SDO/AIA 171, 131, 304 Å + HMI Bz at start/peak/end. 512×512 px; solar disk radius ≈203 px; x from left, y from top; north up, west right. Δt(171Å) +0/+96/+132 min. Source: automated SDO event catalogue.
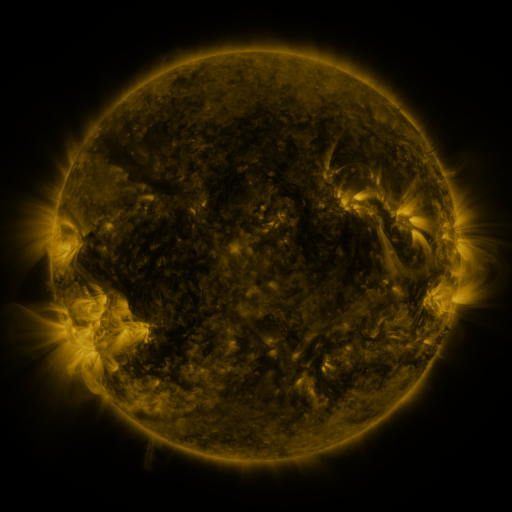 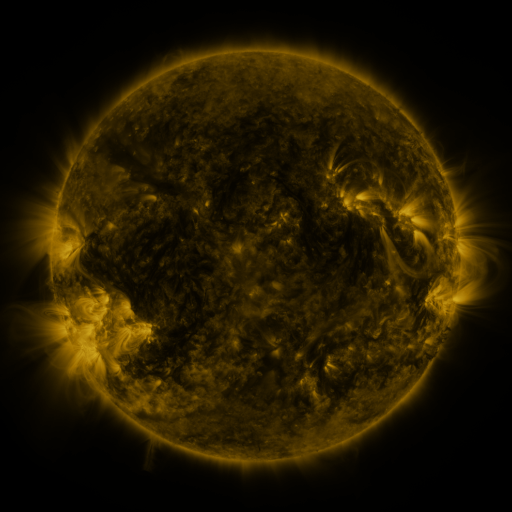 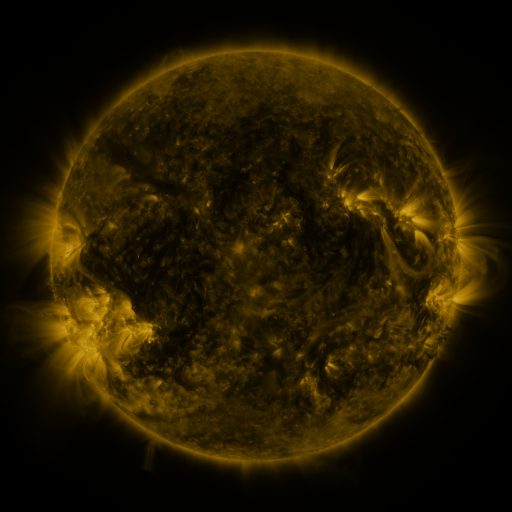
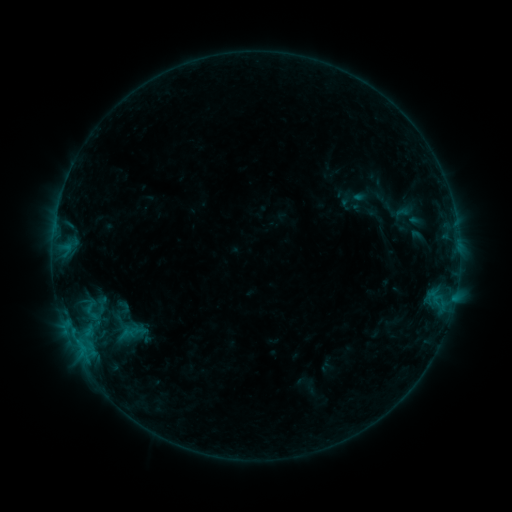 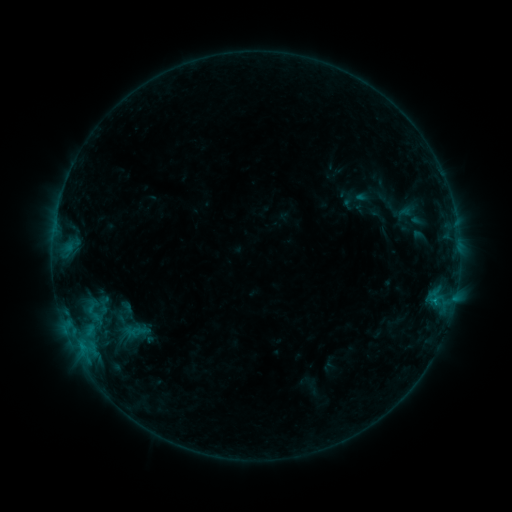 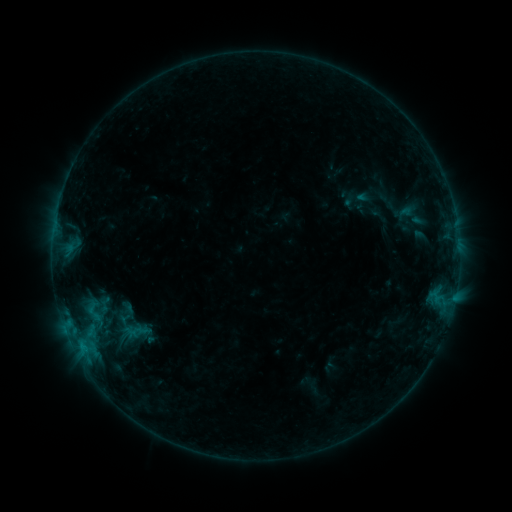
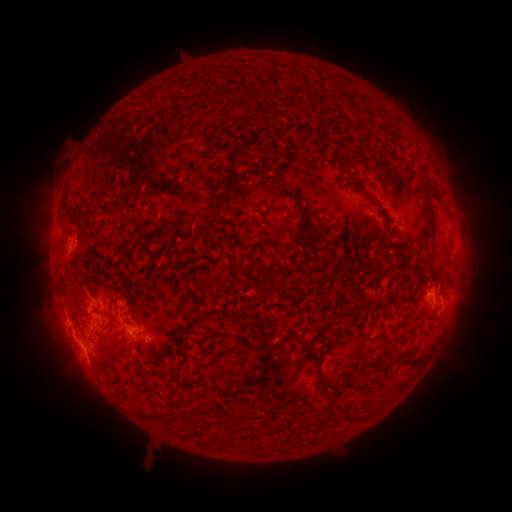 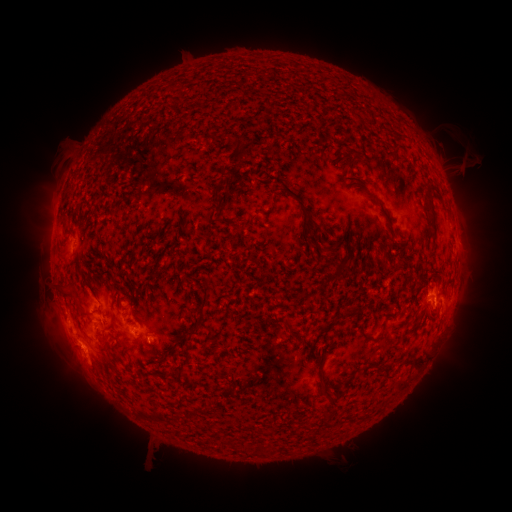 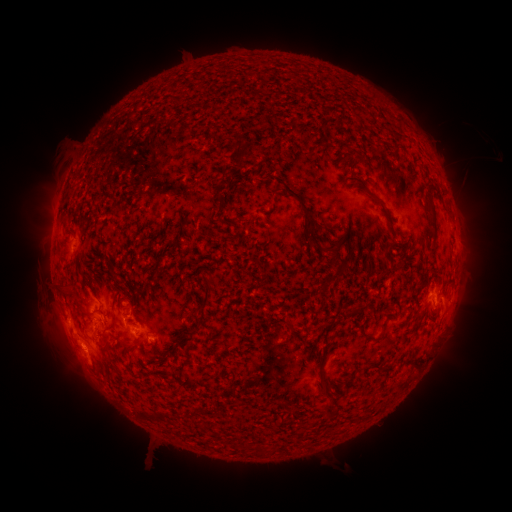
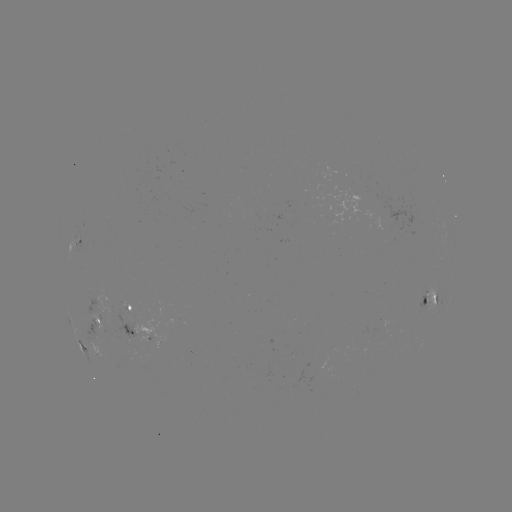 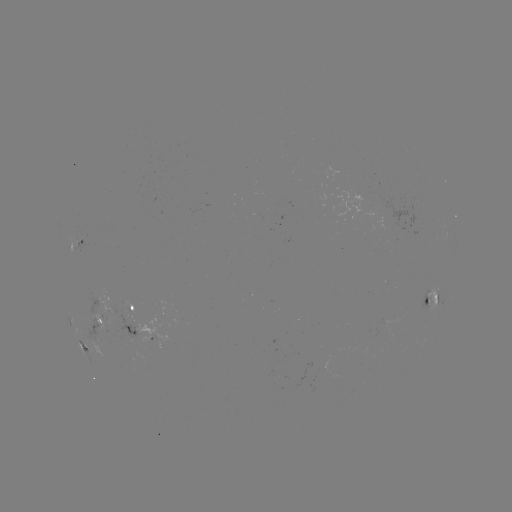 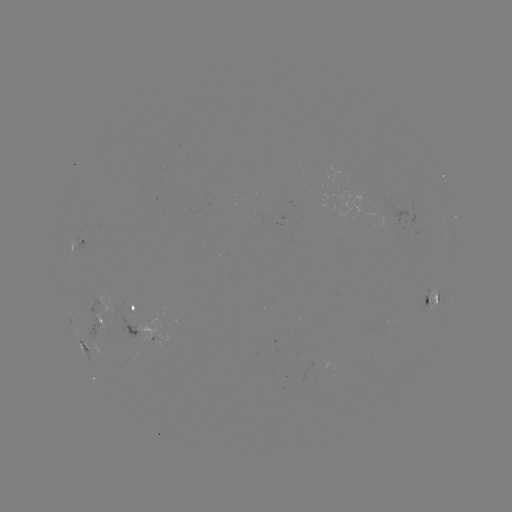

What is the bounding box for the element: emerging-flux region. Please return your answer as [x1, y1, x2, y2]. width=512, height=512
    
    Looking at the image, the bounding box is [85, 314, 112, 335].